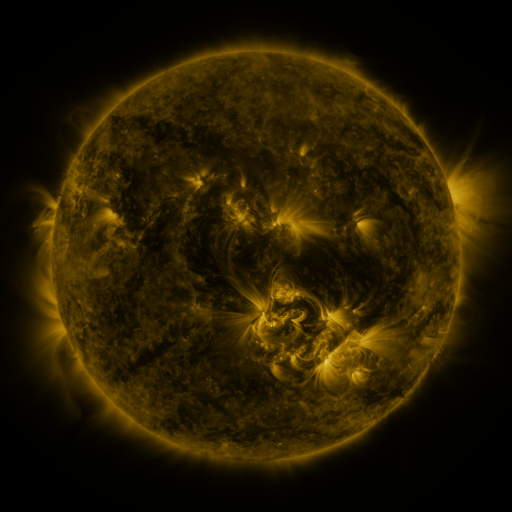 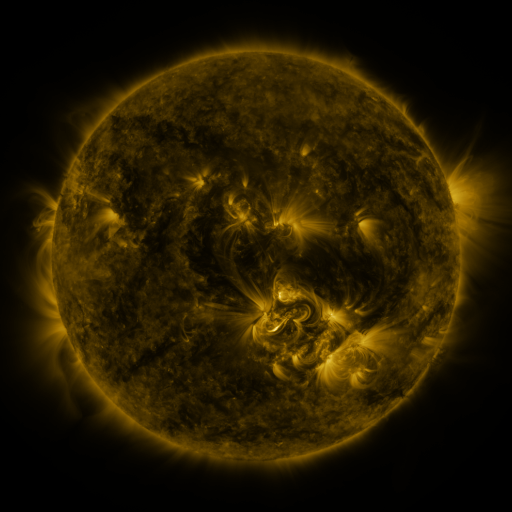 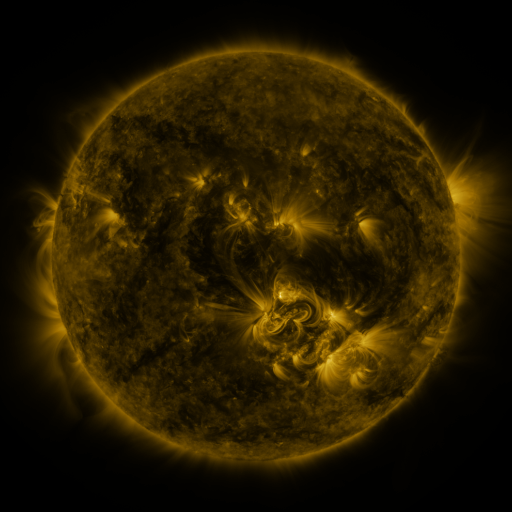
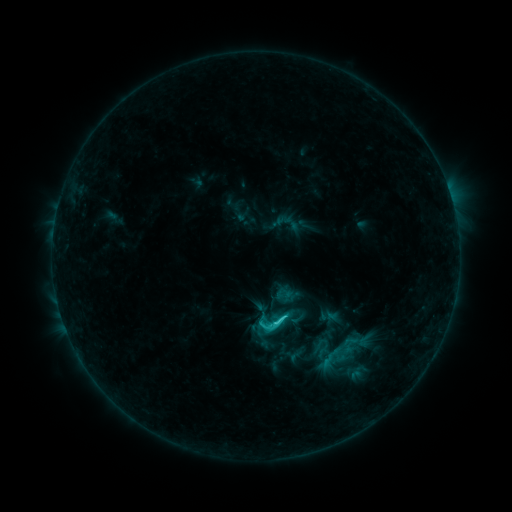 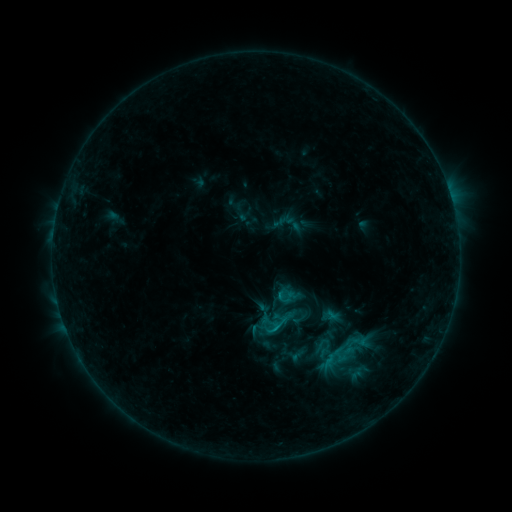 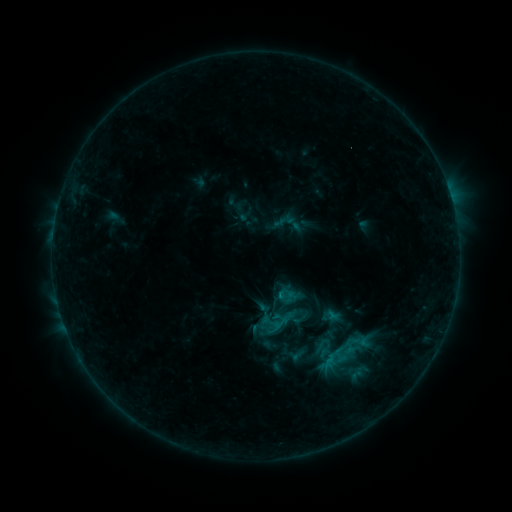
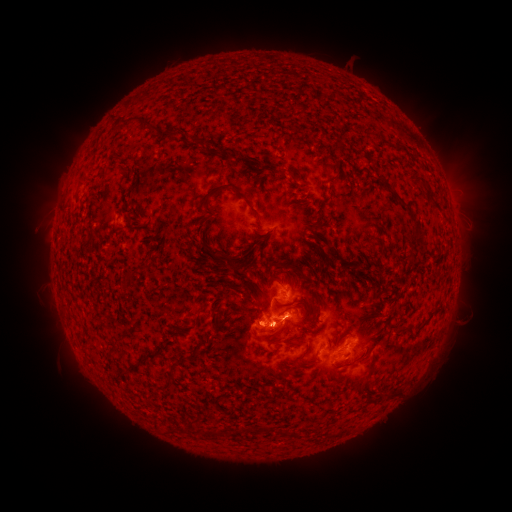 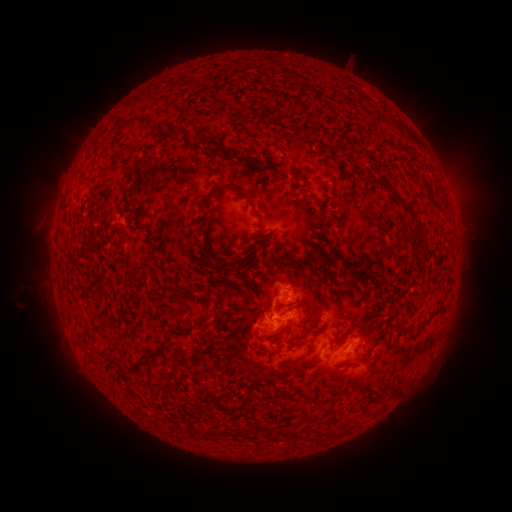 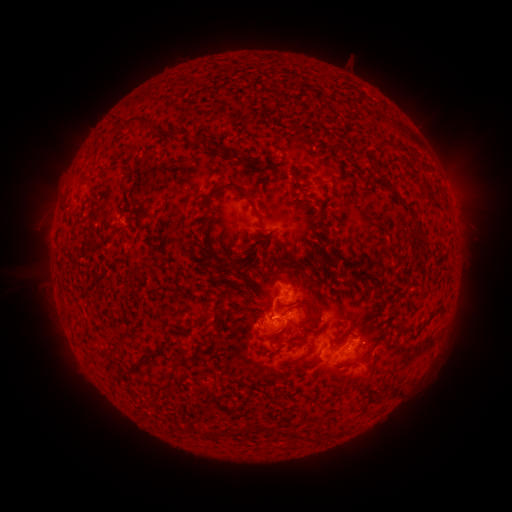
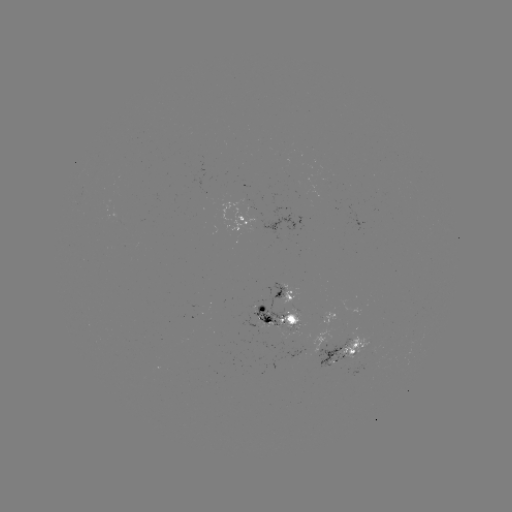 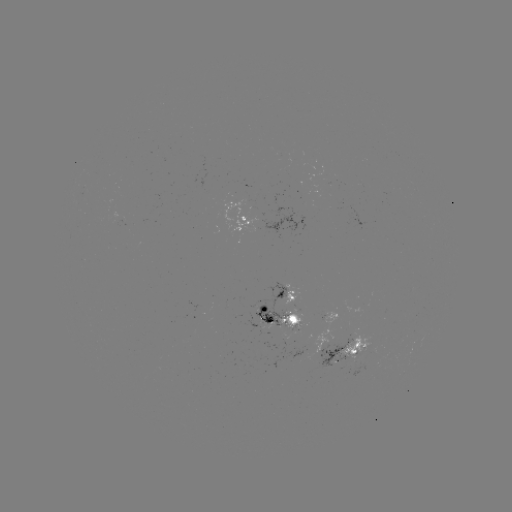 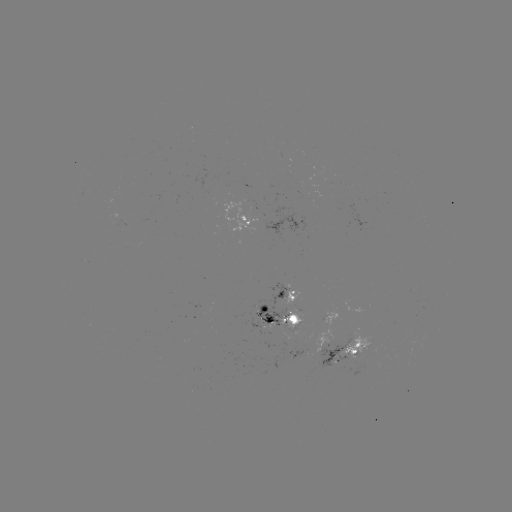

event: emerging-flux region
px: (320, 355)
